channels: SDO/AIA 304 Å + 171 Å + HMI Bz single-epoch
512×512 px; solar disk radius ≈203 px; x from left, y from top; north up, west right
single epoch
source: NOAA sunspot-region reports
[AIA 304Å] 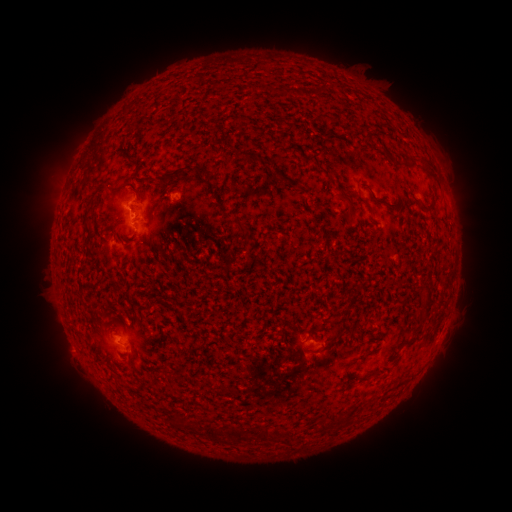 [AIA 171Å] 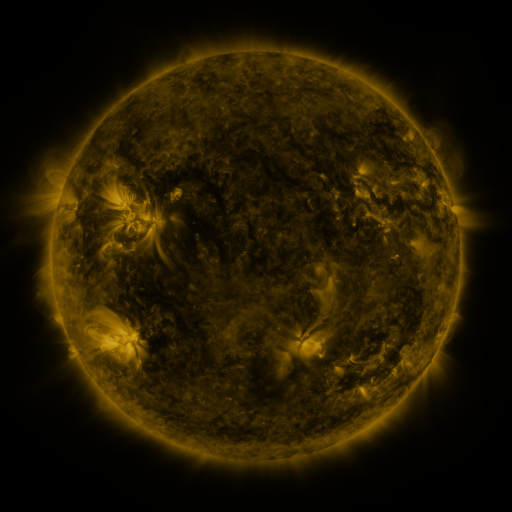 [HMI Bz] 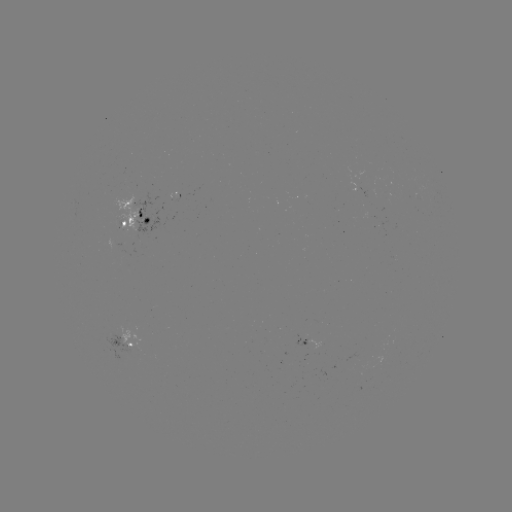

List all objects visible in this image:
spotted active region: (135, 218)
spotted active region: (286, 341)
spotted active region: (131, 348)
